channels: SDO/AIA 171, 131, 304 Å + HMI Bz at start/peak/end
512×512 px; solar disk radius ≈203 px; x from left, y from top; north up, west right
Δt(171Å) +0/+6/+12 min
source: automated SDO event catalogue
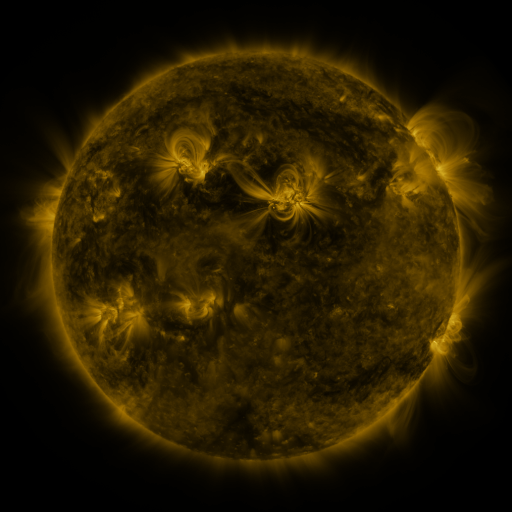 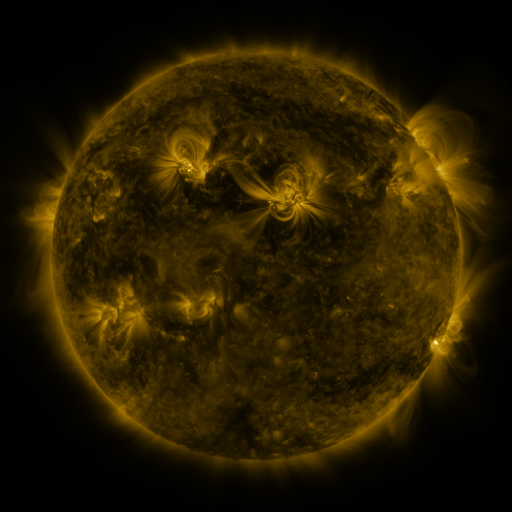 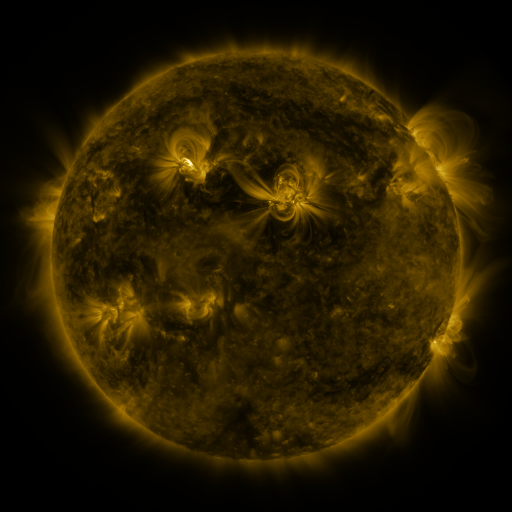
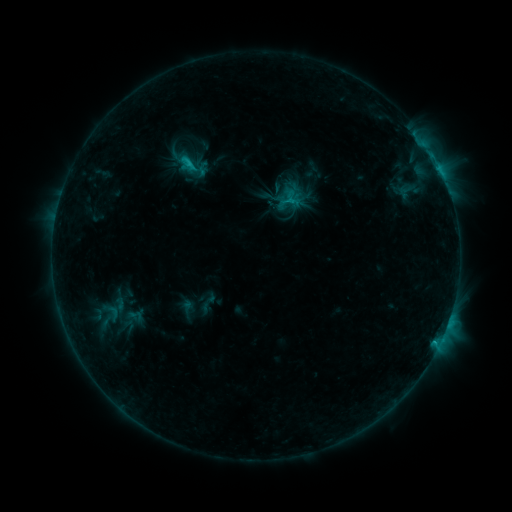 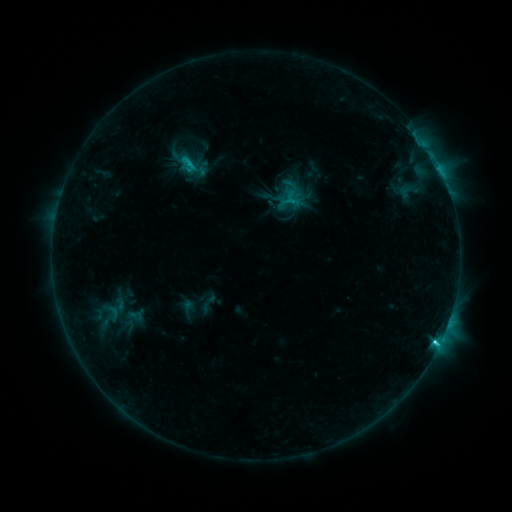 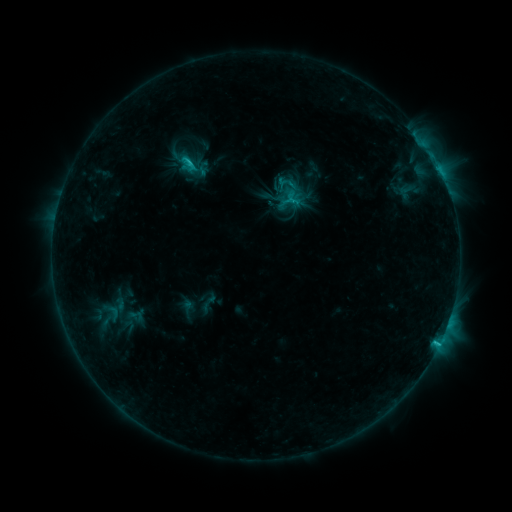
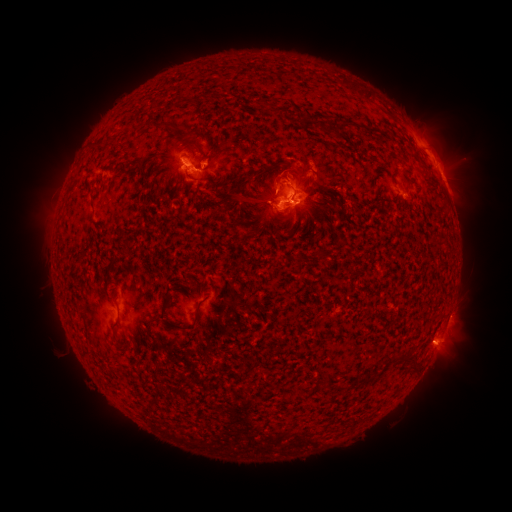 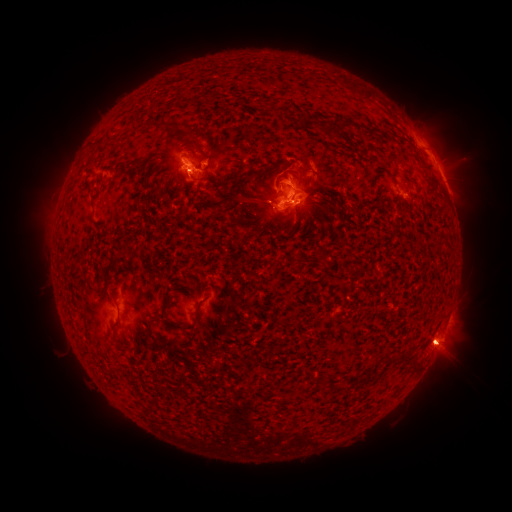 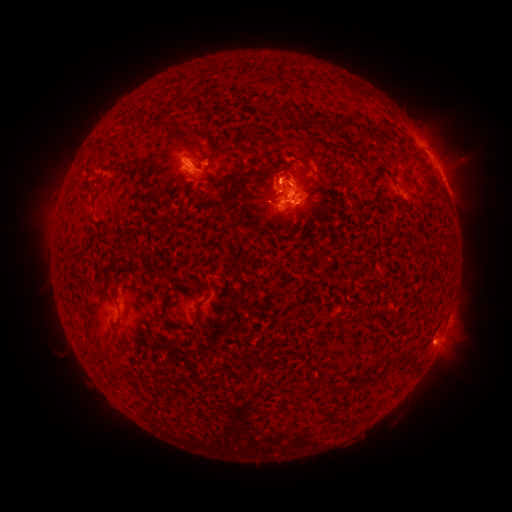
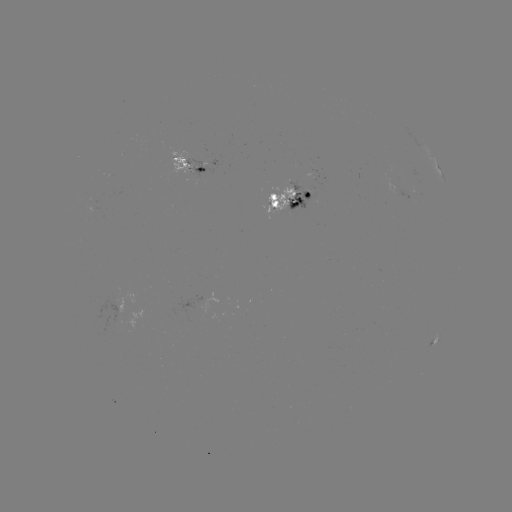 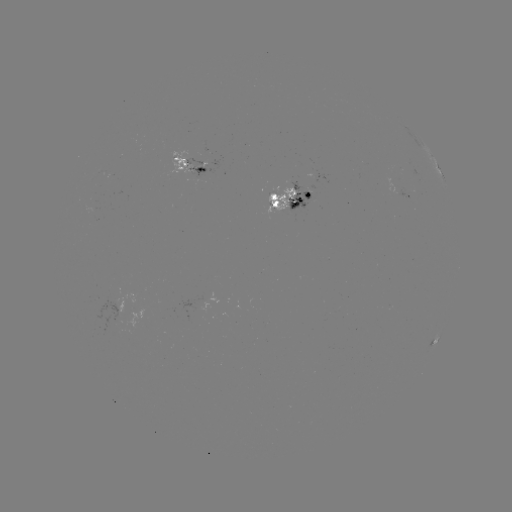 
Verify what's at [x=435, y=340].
C2.9 flare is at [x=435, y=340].